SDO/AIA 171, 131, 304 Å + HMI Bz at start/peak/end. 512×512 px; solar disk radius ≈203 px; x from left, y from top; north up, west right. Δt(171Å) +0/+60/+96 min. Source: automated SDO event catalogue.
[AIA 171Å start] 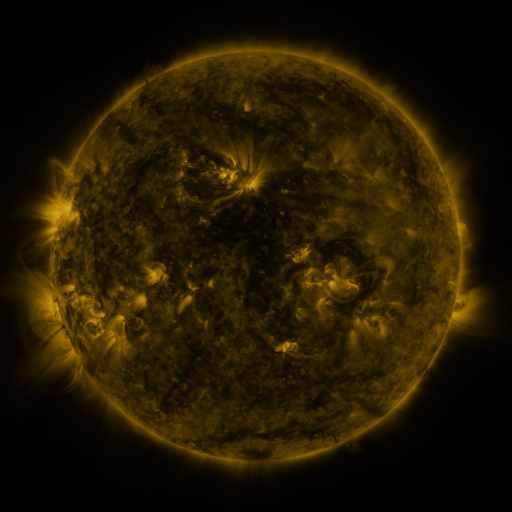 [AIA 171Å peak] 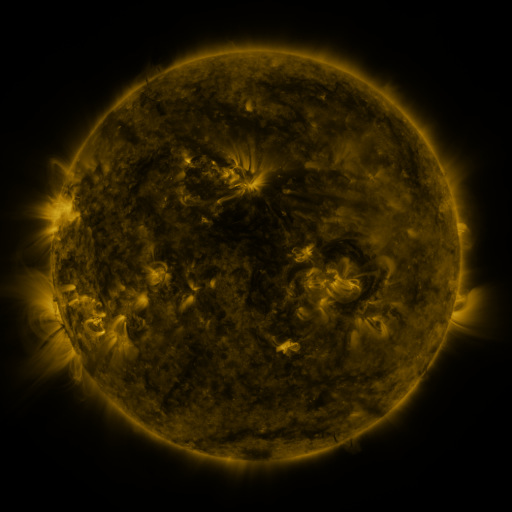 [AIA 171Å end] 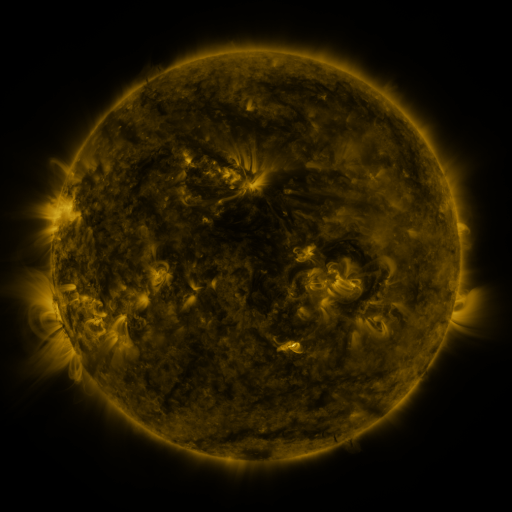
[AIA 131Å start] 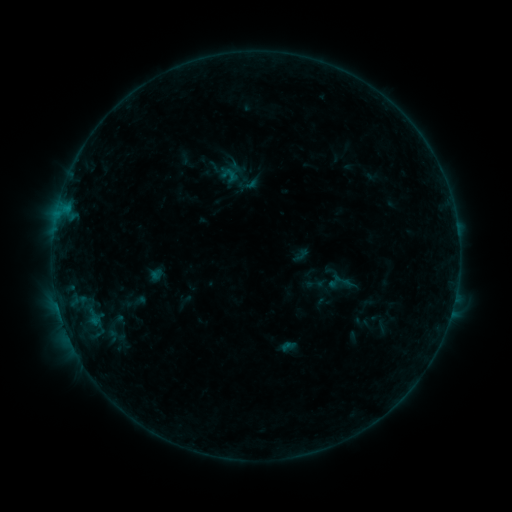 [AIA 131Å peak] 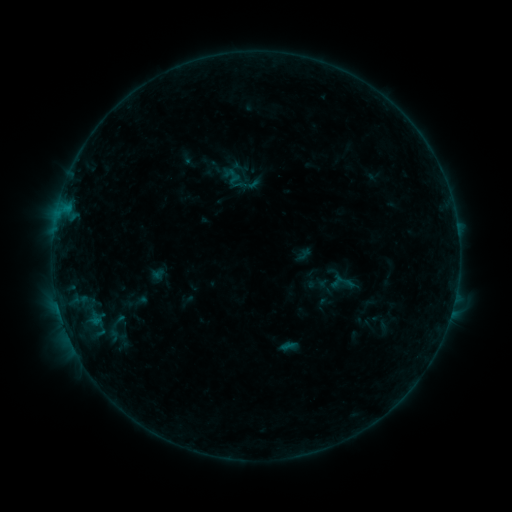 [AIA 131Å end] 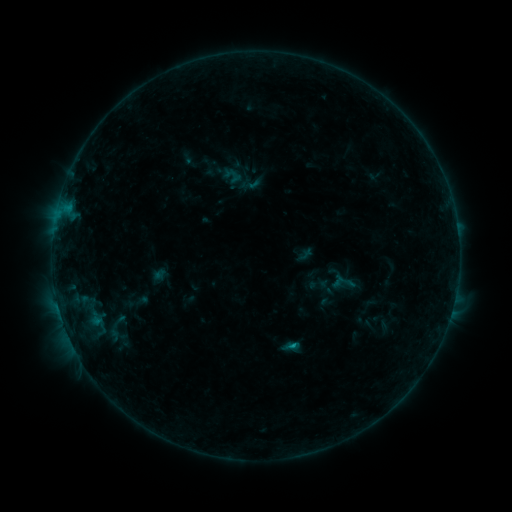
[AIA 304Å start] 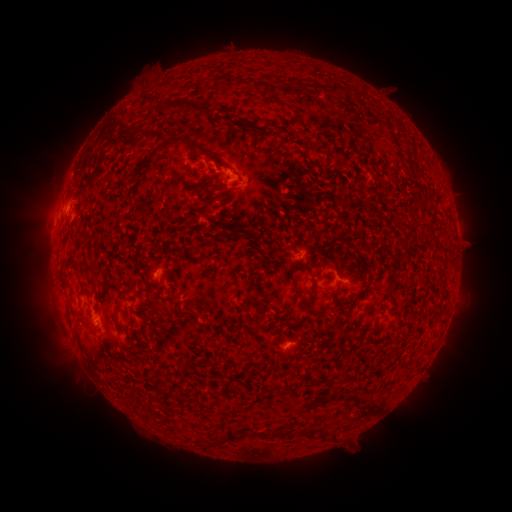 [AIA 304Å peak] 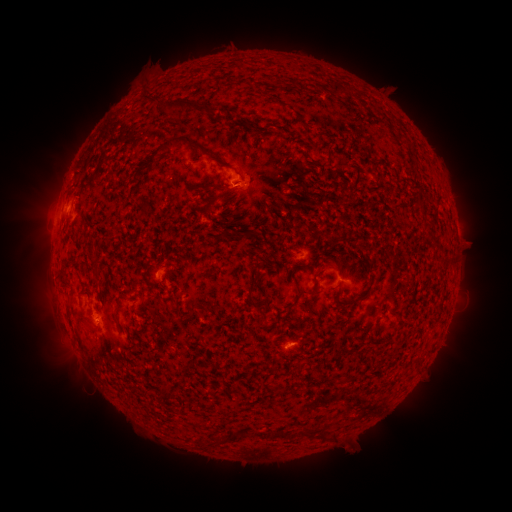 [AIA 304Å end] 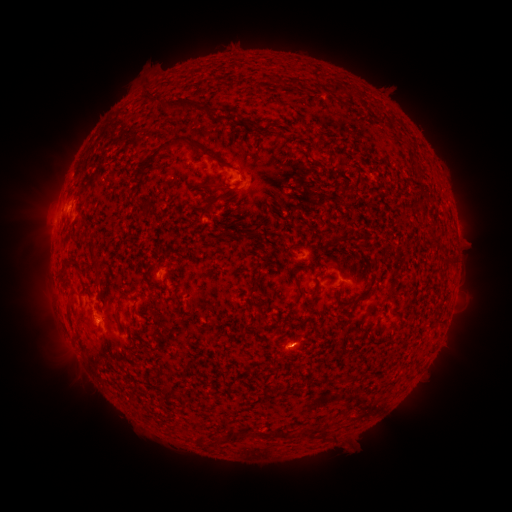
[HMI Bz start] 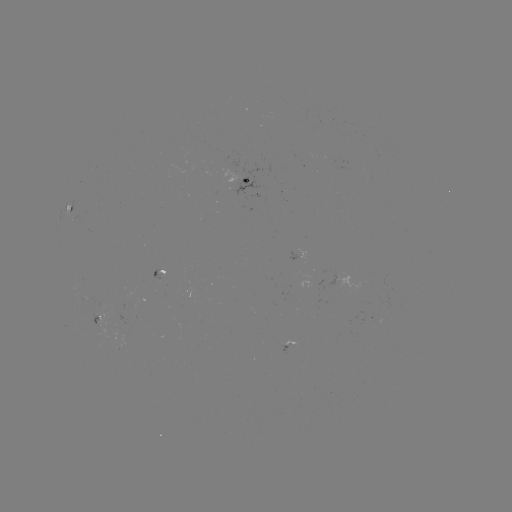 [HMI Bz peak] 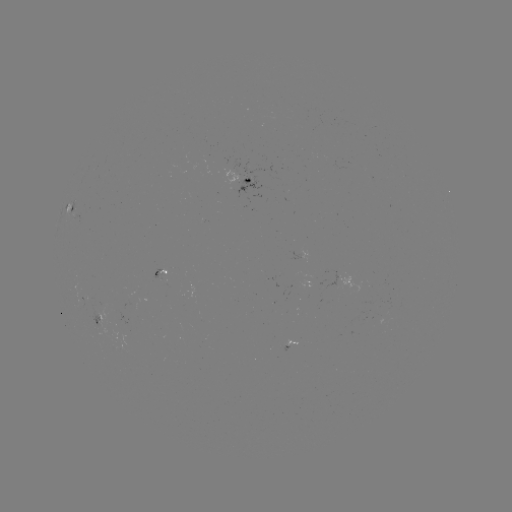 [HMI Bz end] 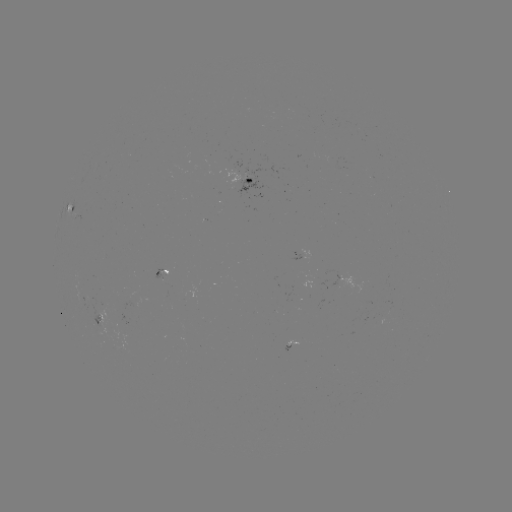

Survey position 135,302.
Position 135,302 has emerging-flux region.